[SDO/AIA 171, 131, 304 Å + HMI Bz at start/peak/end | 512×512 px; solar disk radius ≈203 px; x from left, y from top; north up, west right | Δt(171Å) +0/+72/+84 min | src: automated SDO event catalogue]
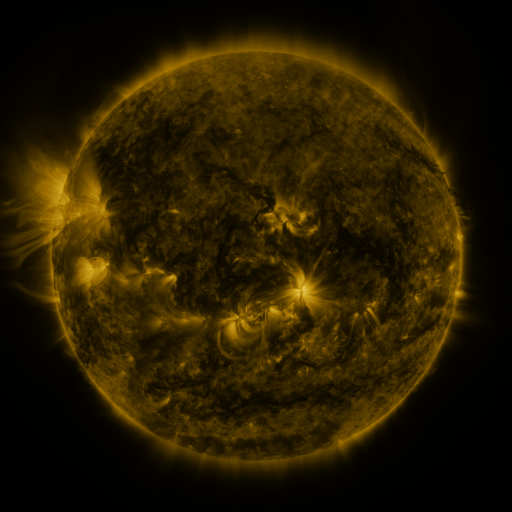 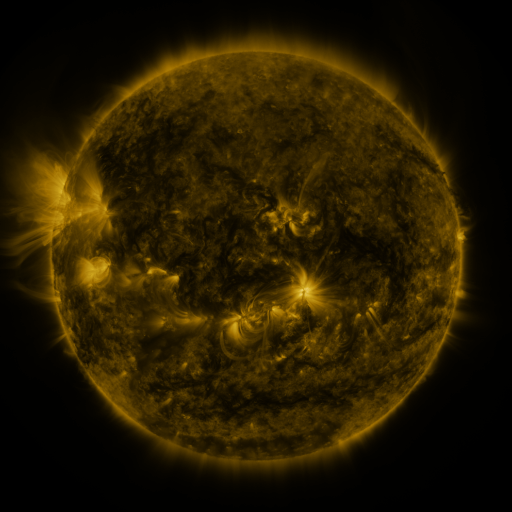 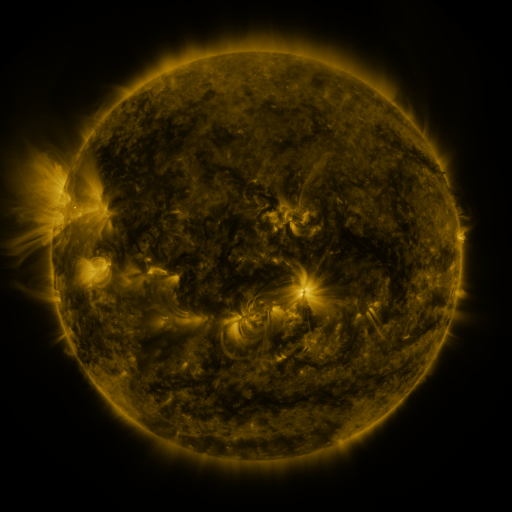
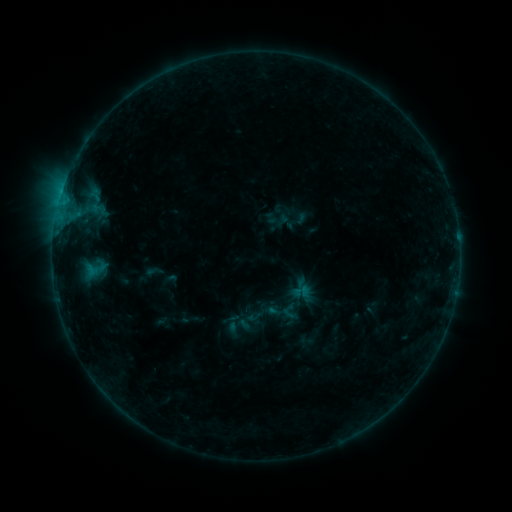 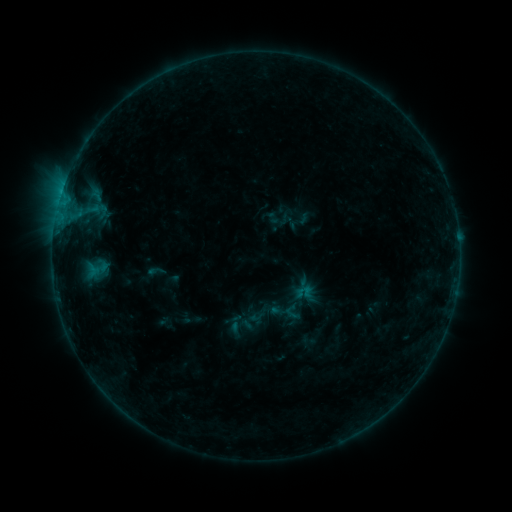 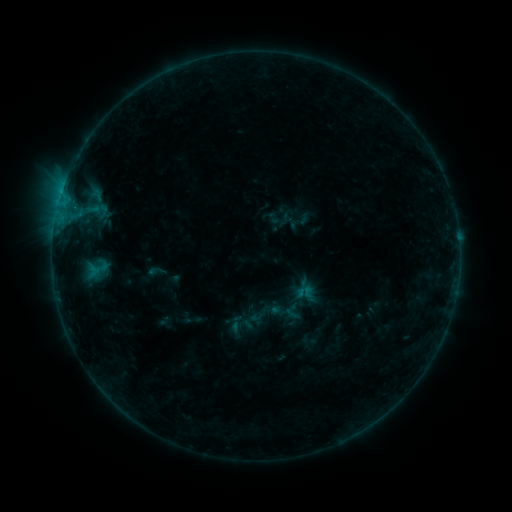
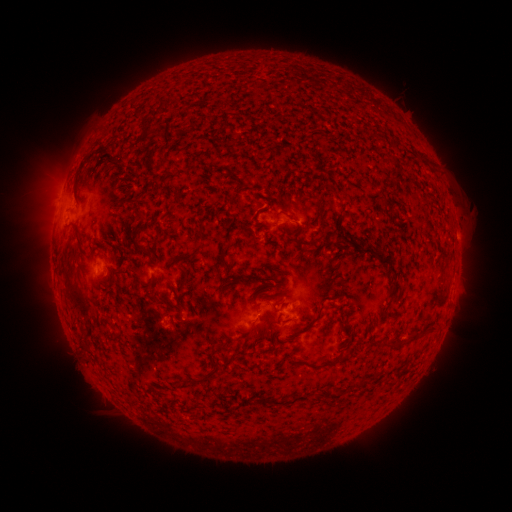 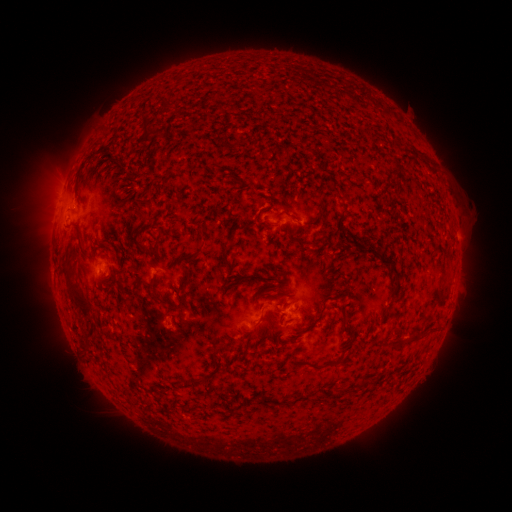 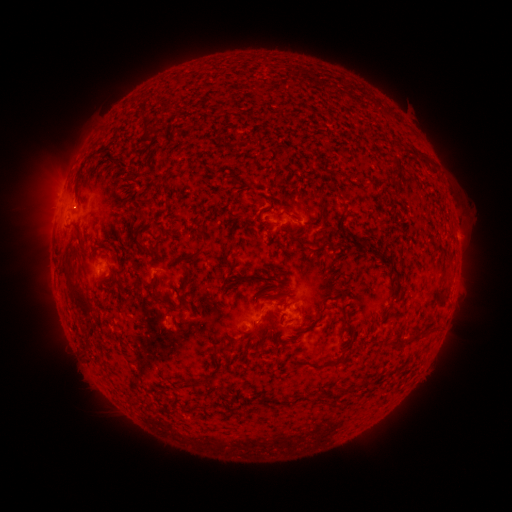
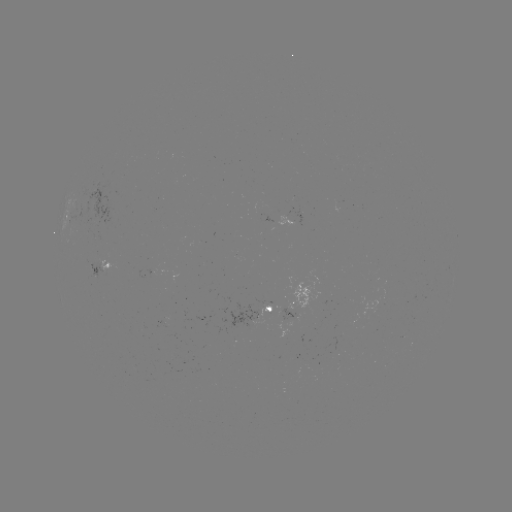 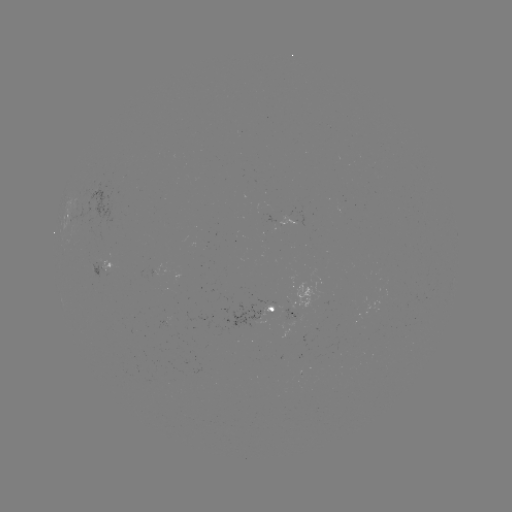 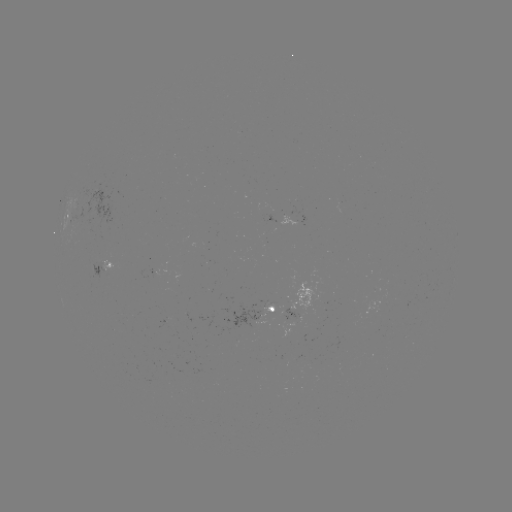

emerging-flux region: (131, 365, 142, 372)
